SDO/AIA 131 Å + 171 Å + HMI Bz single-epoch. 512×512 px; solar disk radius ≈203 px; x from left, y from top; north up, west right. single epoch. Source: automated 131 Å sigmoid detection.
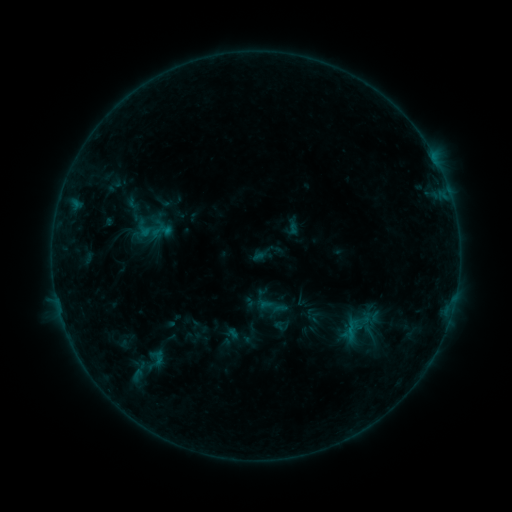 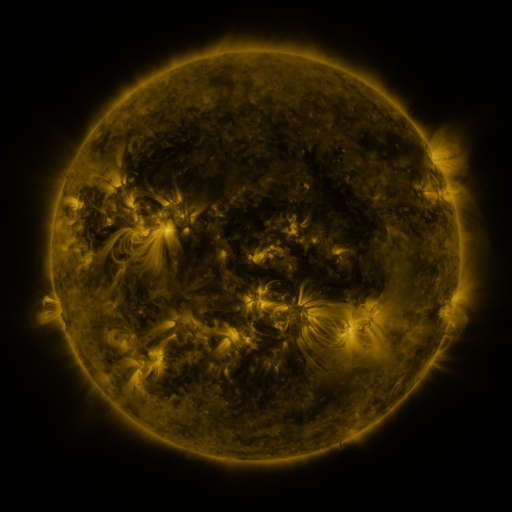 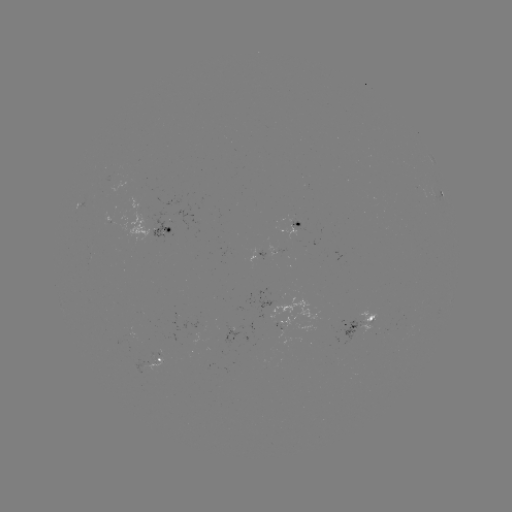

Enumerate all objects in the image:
sigmoid: (352, 314, 370, 331)
sigmoid: (140, 346, 172, 370)
